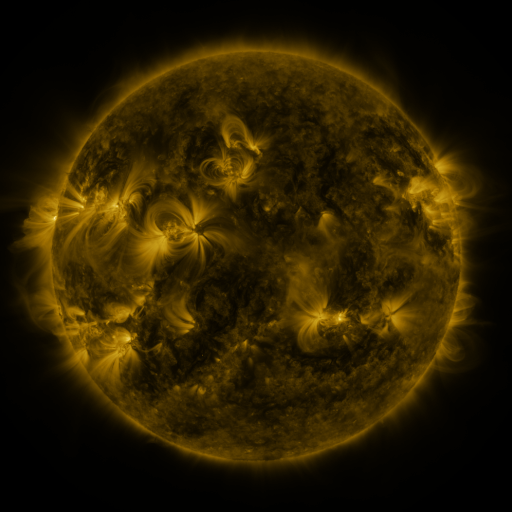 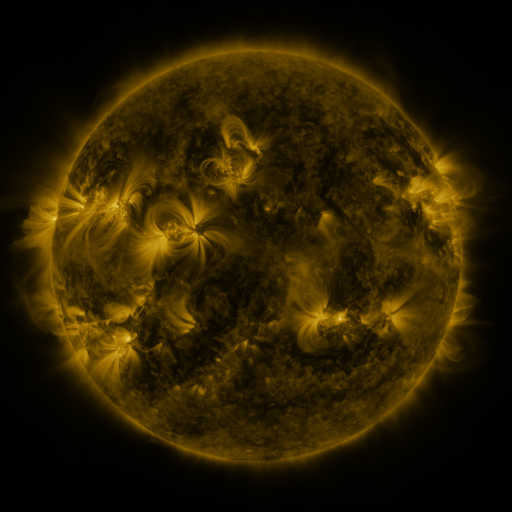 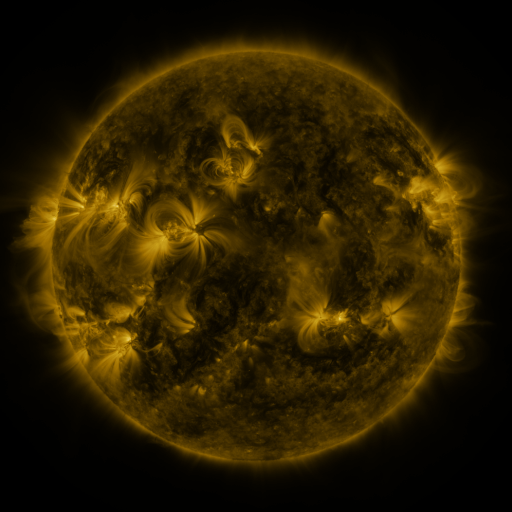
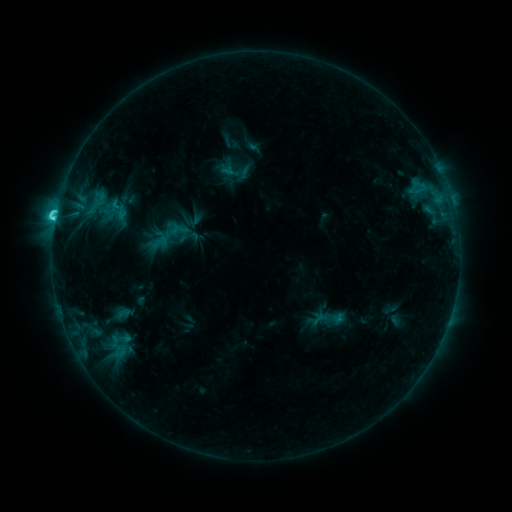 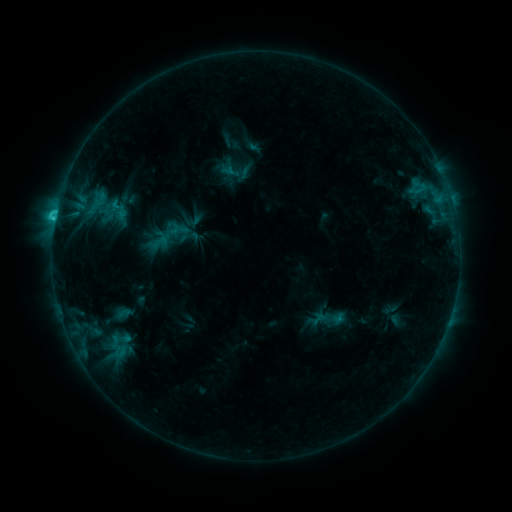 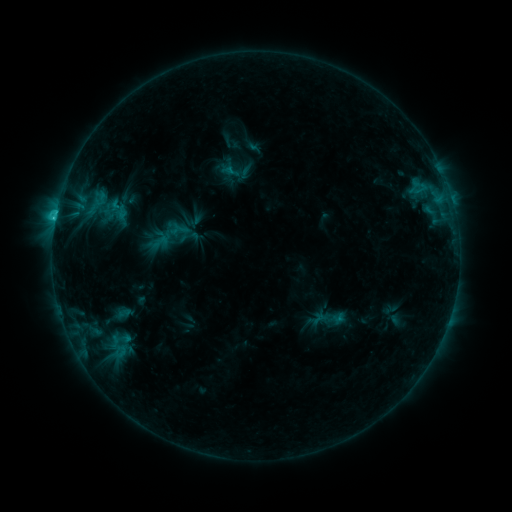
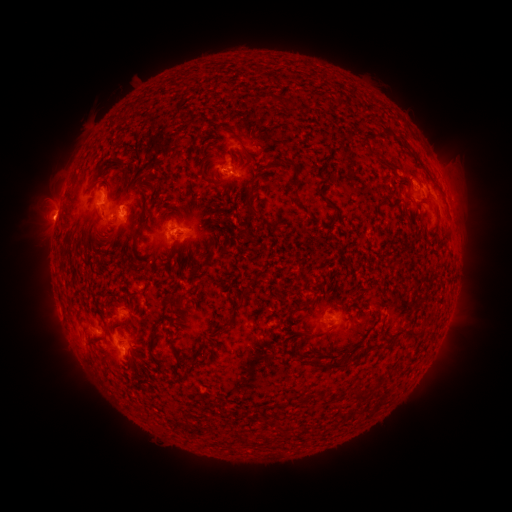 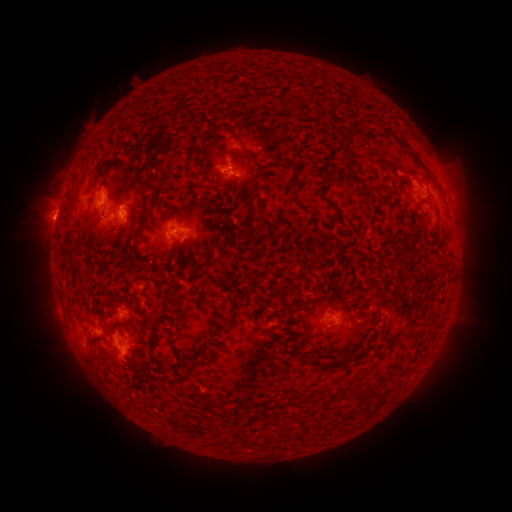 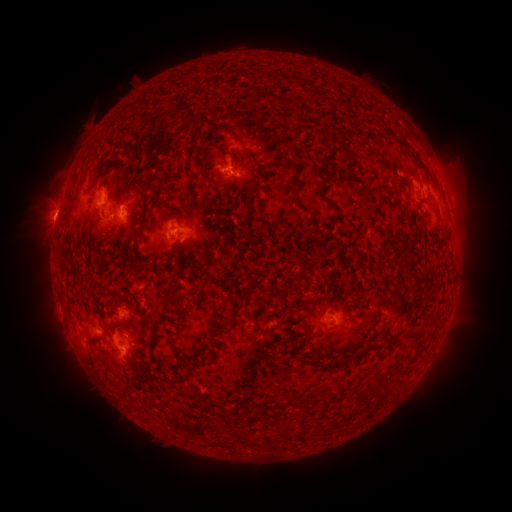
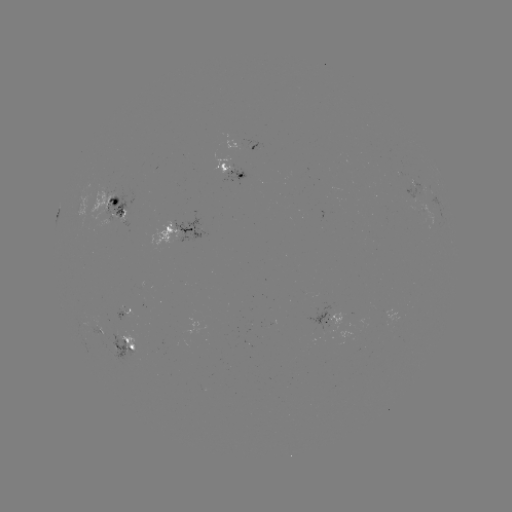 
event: eruption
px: (51, 210)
